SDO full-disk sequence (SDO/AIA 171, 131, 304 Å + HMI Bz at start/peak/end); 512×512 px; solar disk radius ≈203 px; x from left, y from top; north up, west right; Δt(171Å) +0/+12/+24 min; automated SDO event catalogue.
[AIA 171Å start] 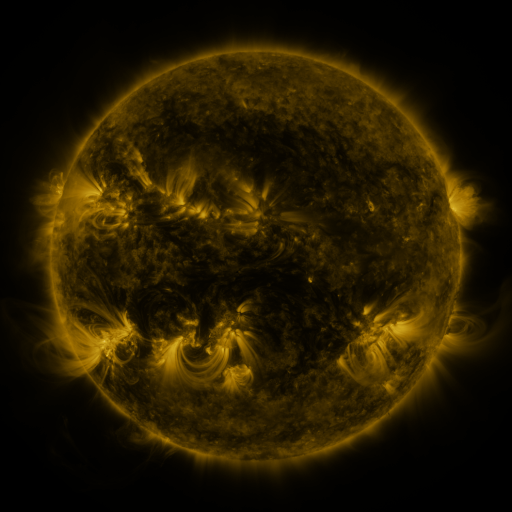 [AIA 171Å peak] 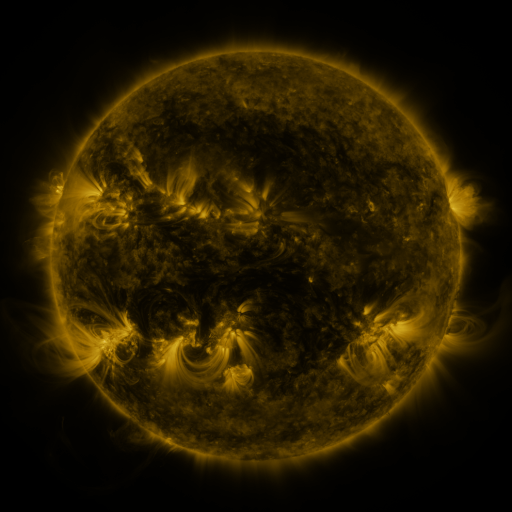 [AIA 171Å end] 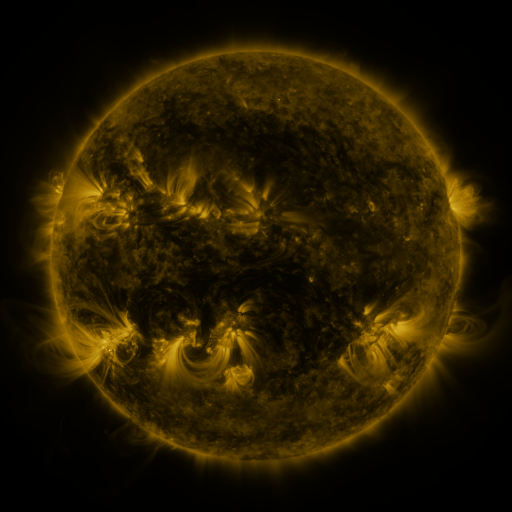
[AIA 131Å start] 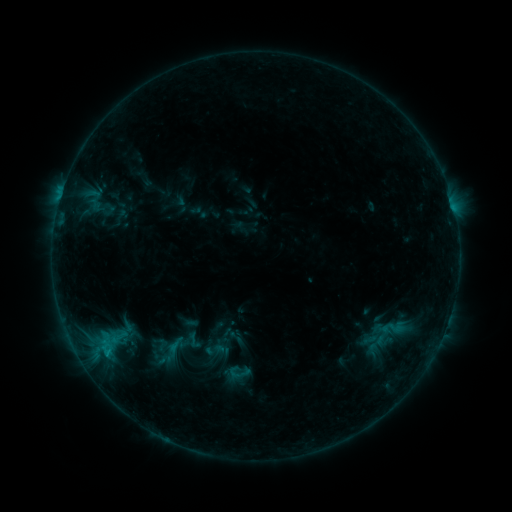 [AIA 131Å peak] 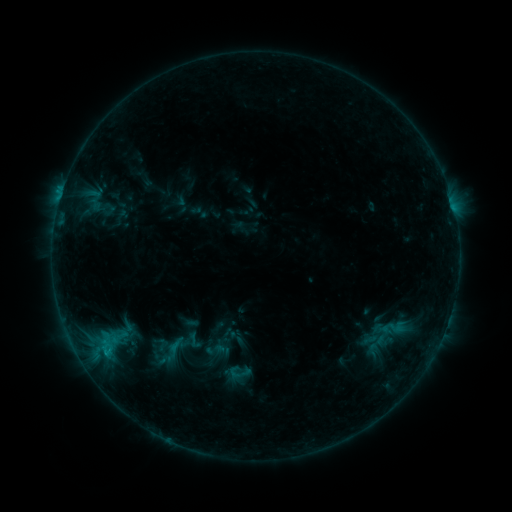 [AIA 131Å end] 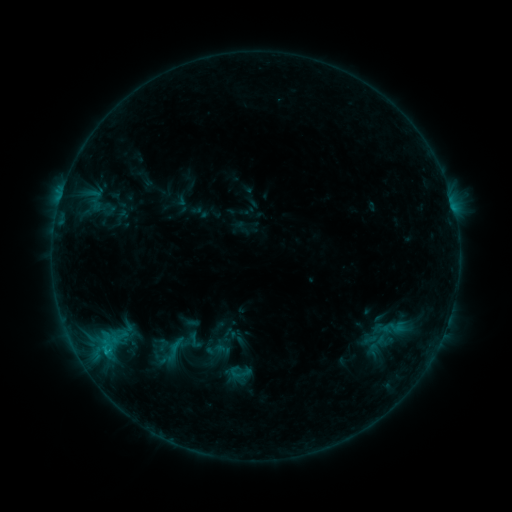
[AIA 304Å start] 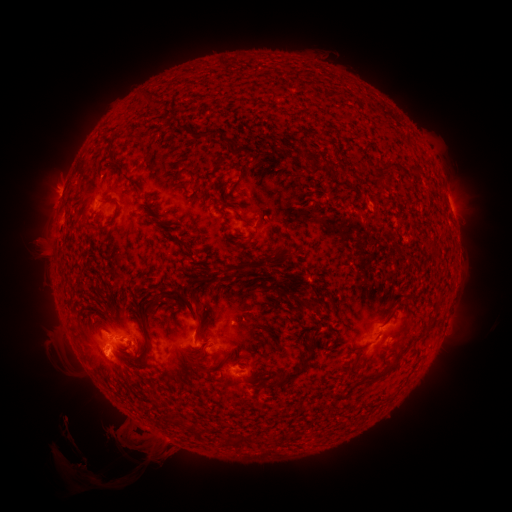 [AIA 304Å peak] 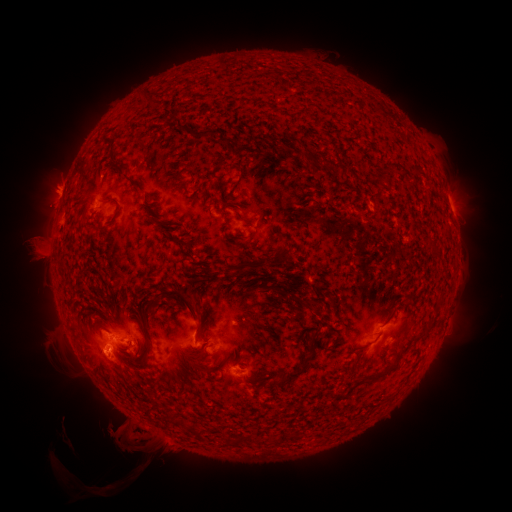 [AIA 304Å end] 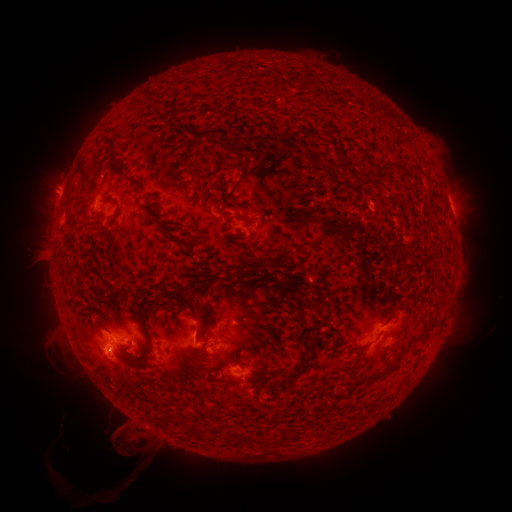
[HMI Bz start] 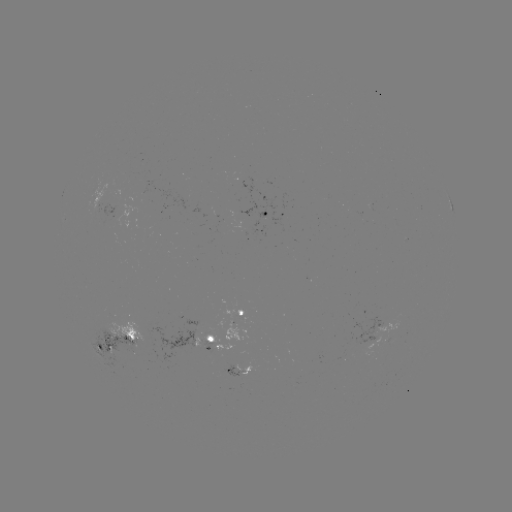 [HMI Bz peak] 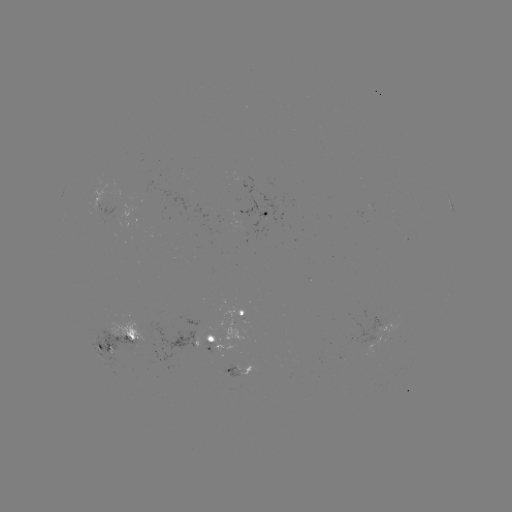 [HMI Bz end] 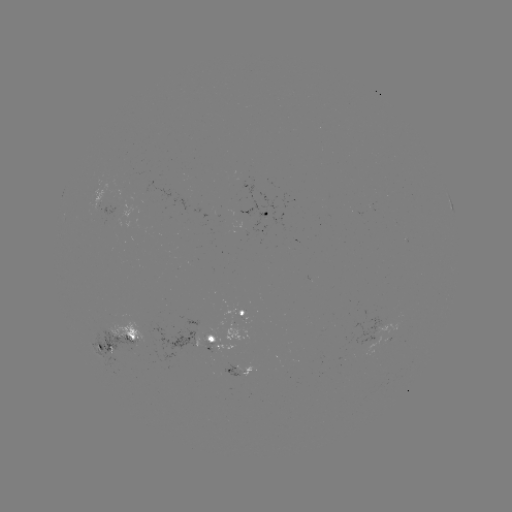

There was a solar eruption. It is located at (37, 252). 